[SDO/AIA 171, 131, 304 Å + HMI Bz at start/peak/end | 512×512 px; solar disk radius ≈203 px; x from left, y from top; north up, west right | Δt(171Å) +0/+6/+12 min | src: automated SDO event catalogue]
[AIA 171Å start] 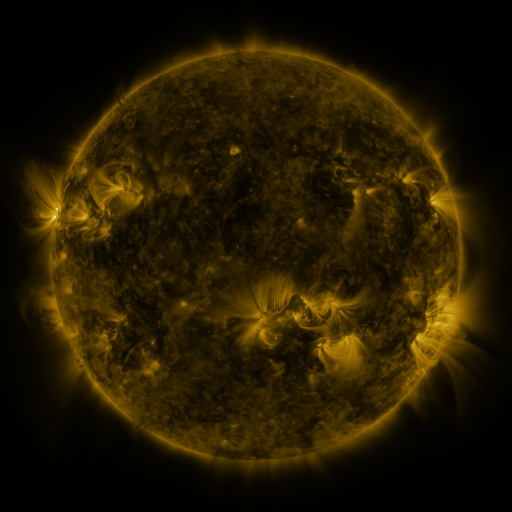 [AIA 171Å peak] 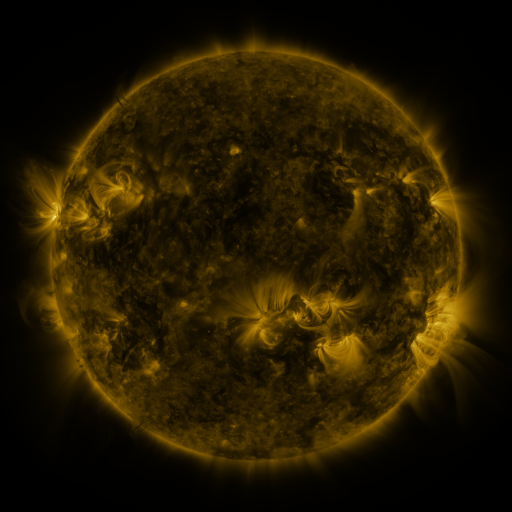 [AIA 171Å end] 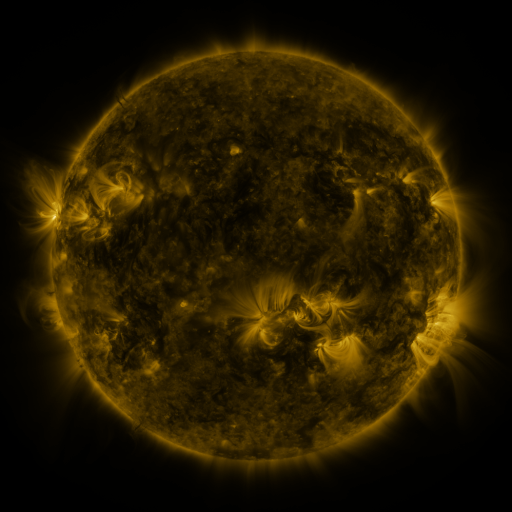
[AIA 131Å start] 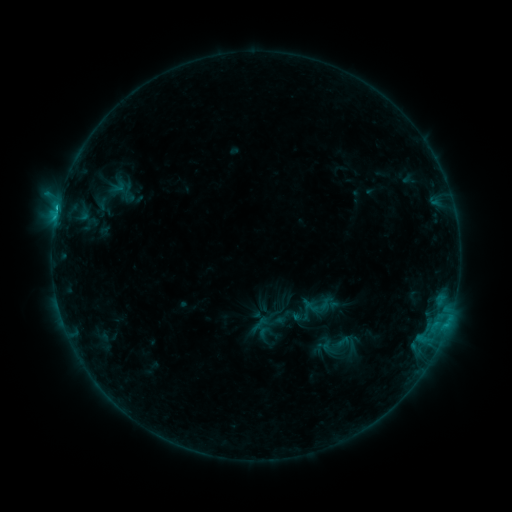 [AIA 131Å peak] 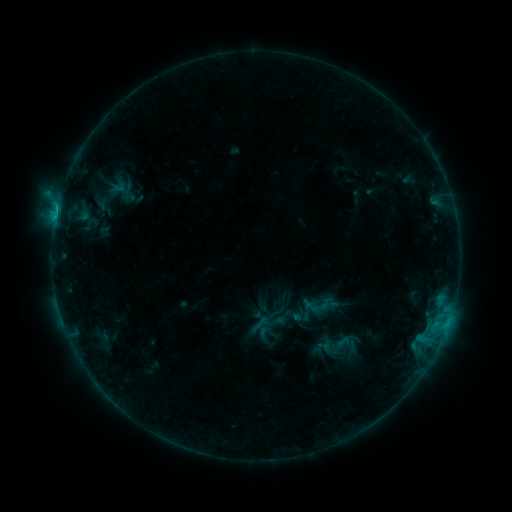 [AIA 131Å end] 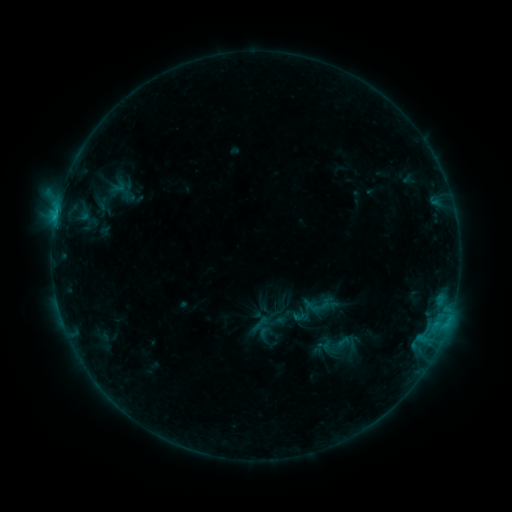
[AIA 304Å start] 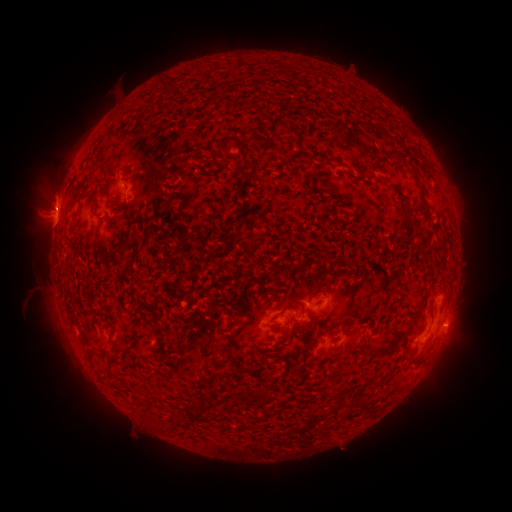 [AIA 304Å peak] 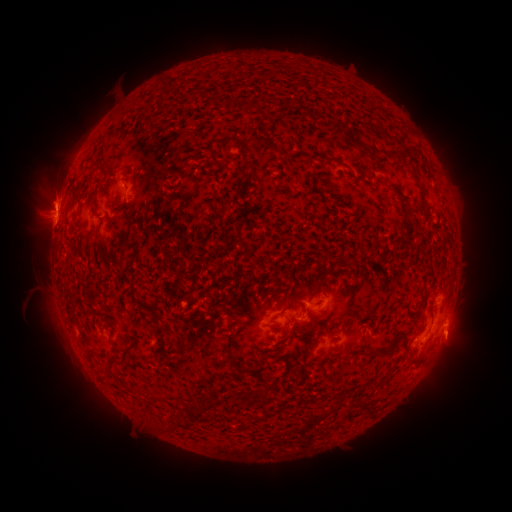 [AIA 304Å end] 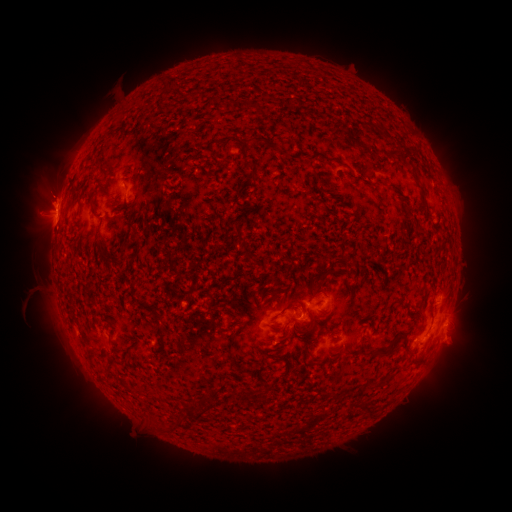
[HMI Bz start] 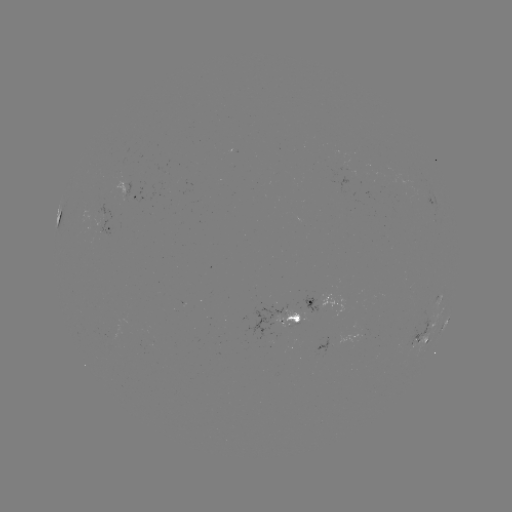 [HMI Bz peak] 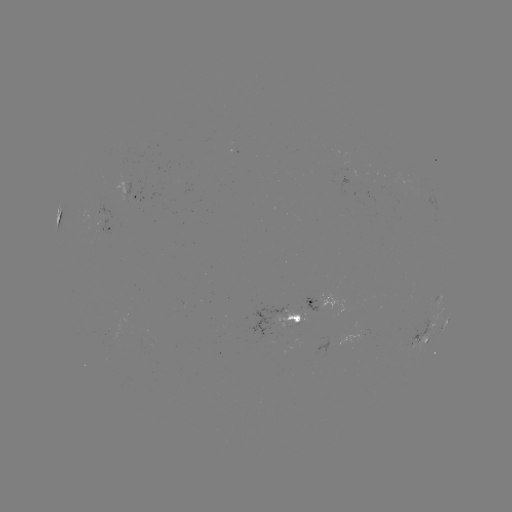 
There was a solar eruption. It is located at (48, 189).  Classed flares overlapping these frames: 1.